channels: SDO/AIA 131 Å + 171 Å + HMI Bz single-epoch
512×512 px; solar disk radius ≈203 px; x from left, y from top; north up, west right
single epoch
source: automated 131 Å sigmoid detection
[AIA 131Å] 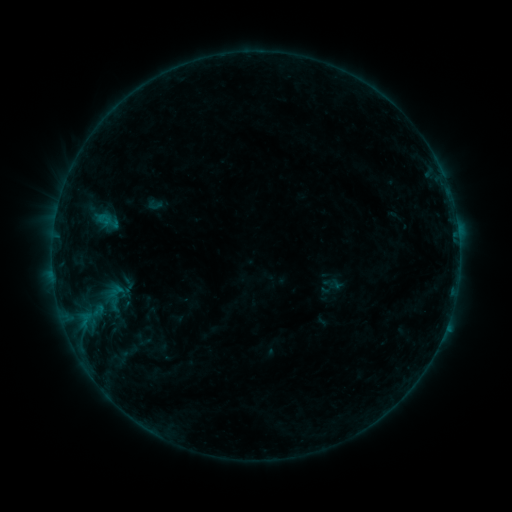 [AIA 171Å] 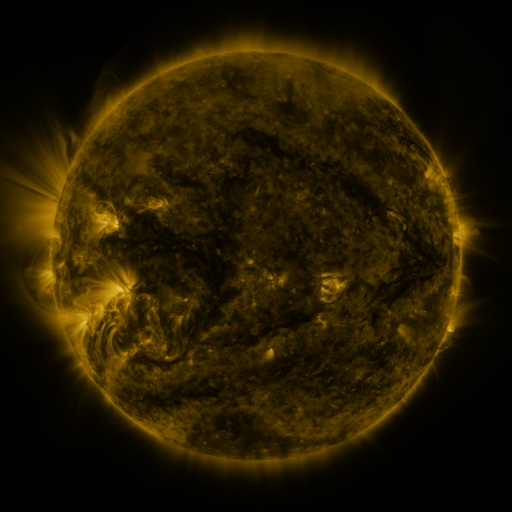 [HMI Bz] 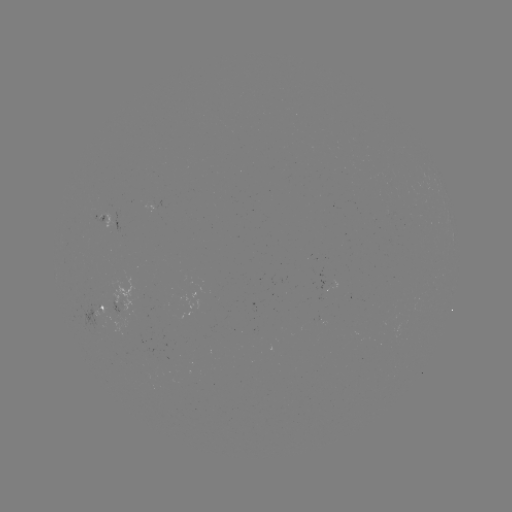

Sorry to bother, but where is sigmoid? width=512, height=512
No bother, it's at (155, 205).